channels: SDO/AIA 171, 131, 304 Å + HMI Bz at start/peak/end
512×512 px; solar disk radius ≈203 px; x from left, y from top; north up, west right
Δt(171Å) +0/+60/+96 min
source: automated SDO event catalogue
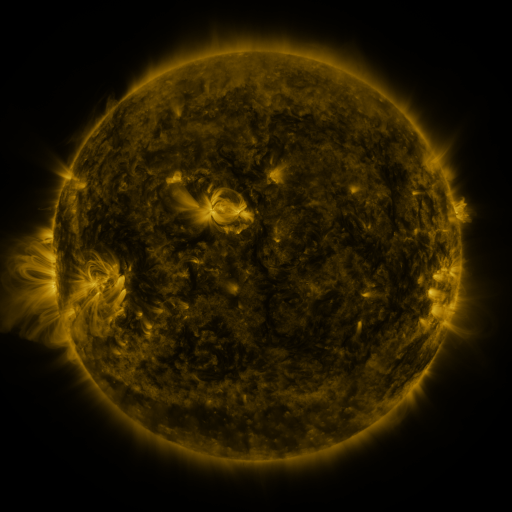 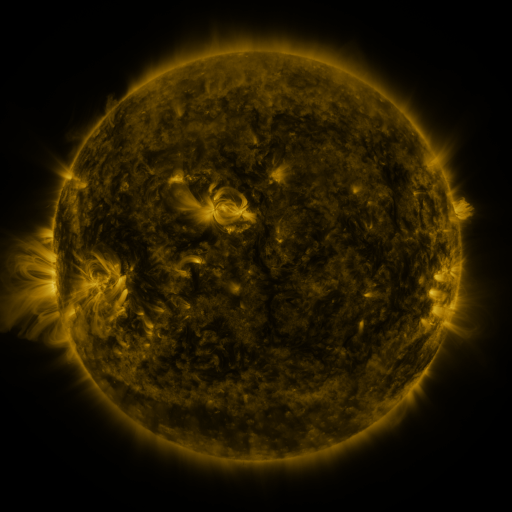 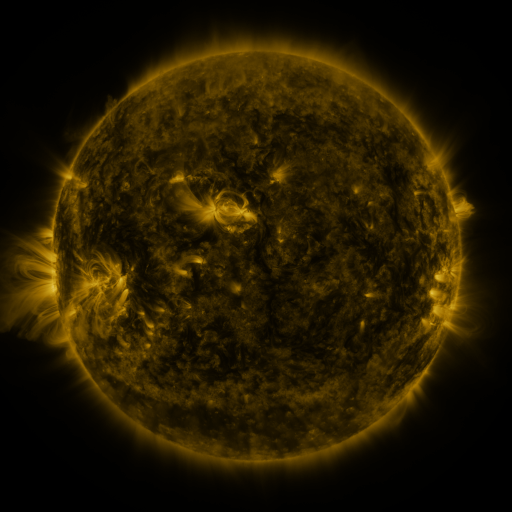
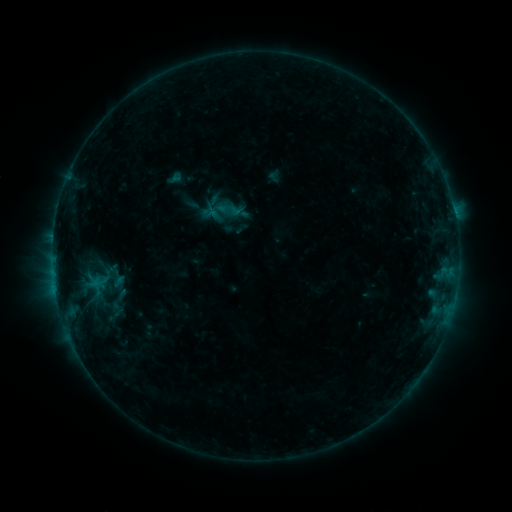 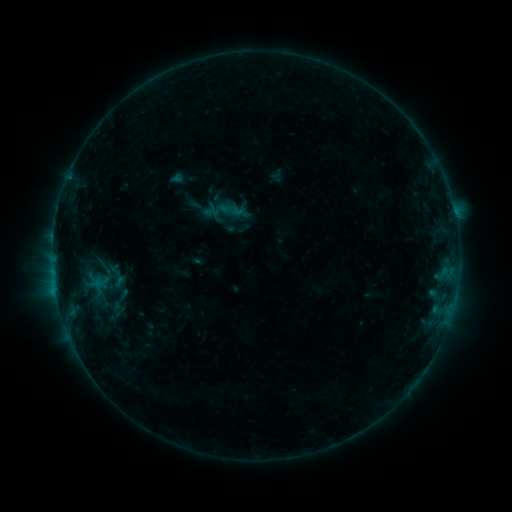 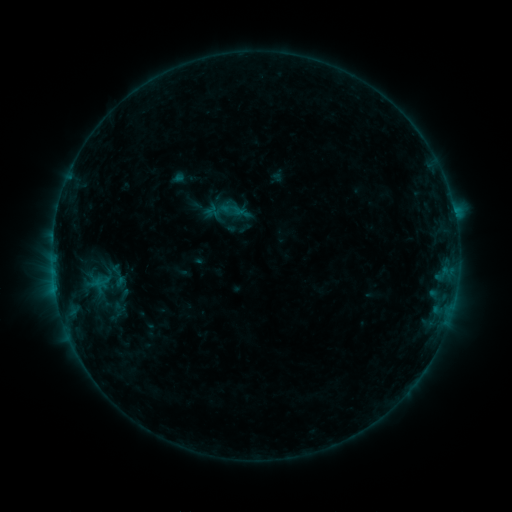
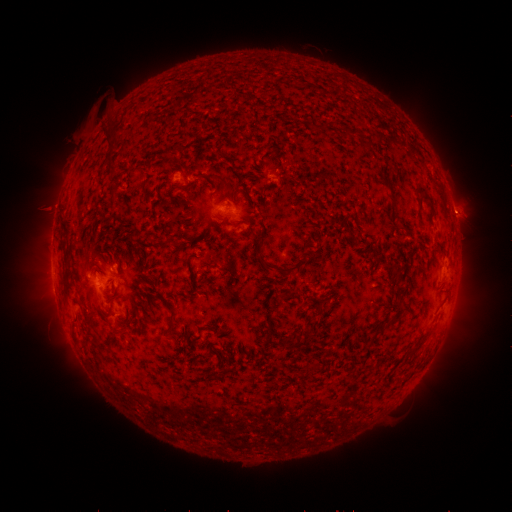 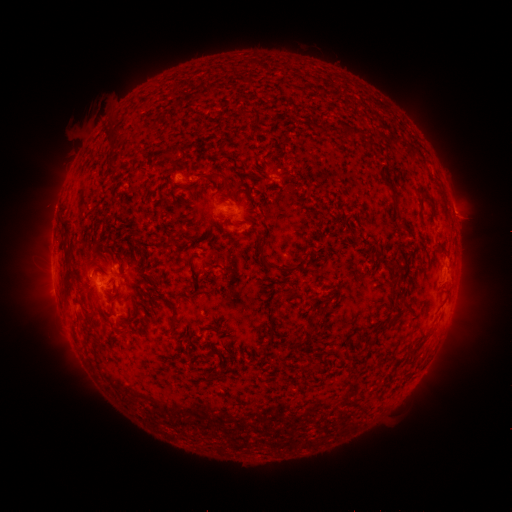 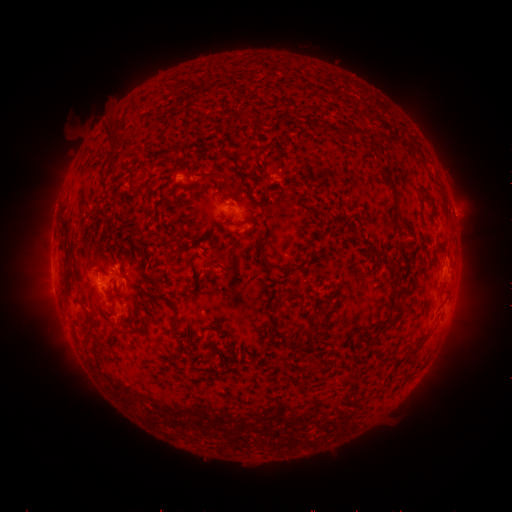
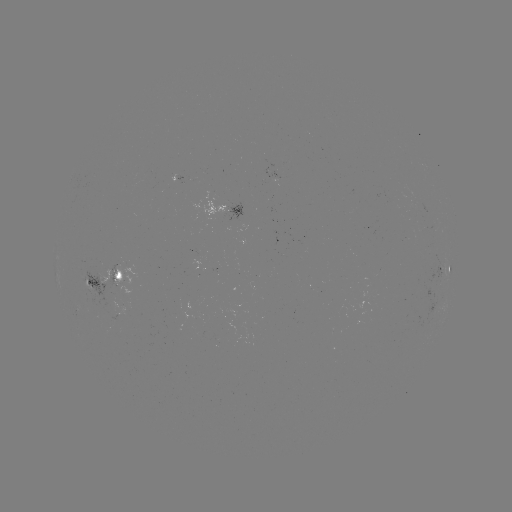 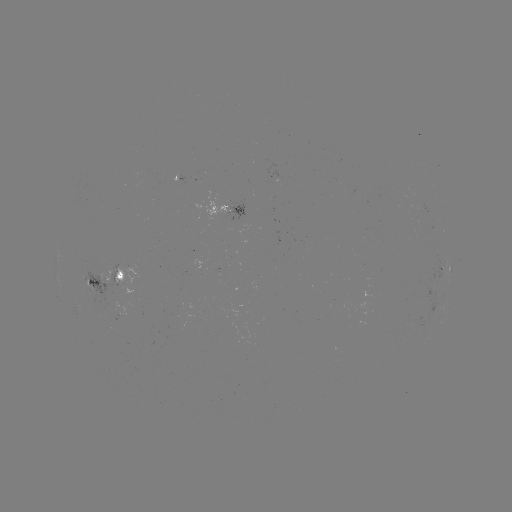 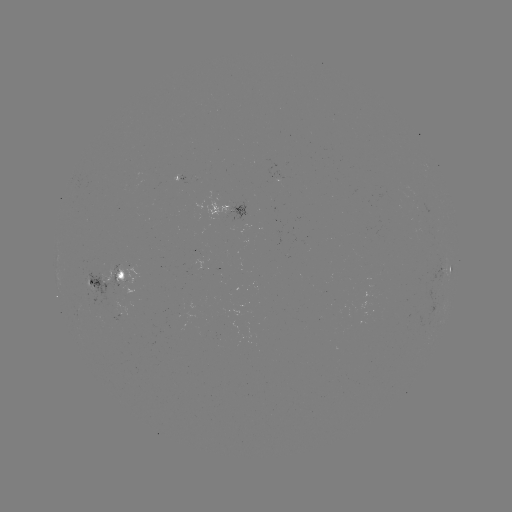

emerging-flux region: (266, 171, 280, 181)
